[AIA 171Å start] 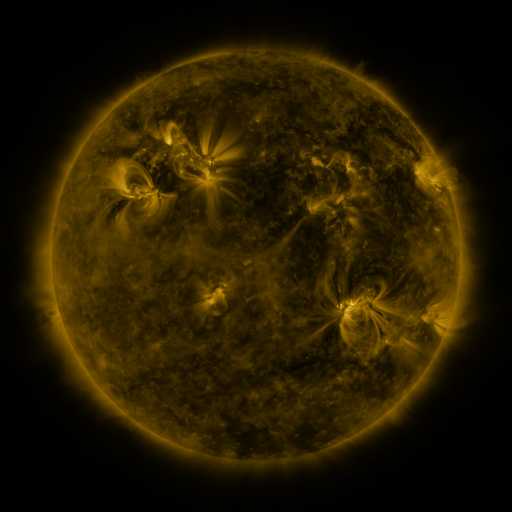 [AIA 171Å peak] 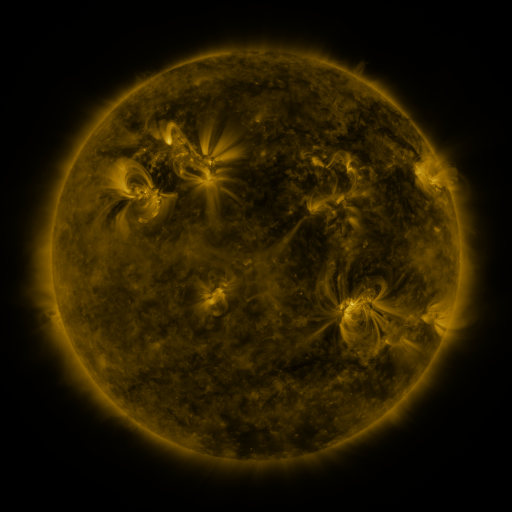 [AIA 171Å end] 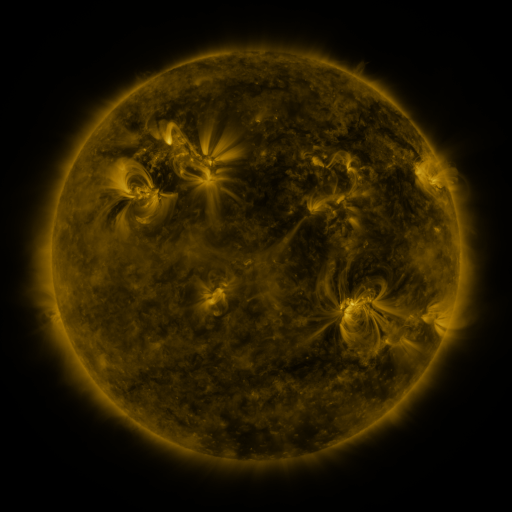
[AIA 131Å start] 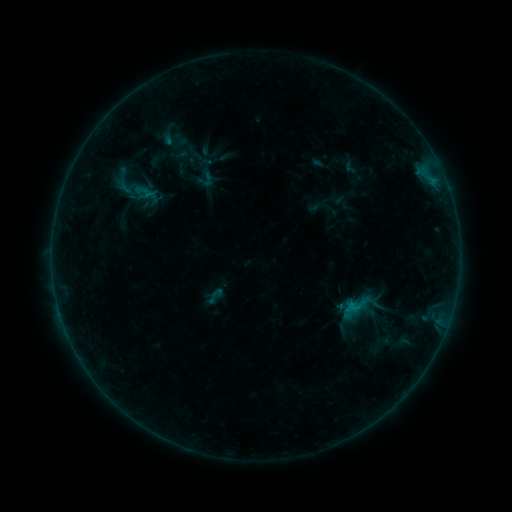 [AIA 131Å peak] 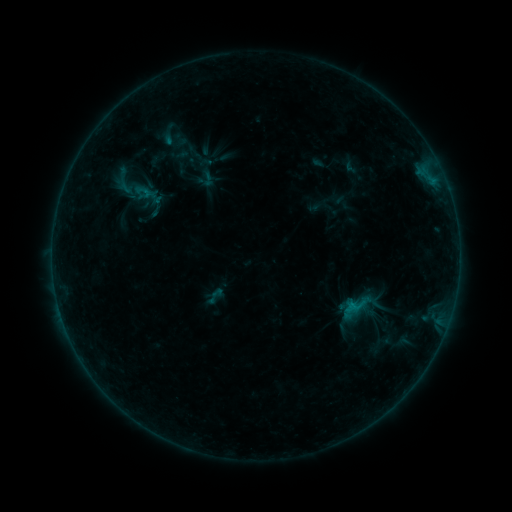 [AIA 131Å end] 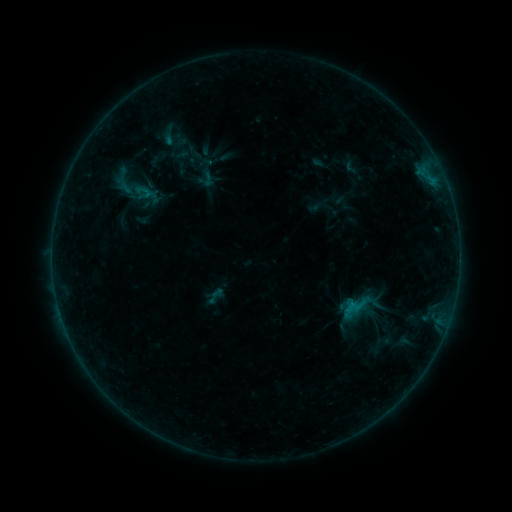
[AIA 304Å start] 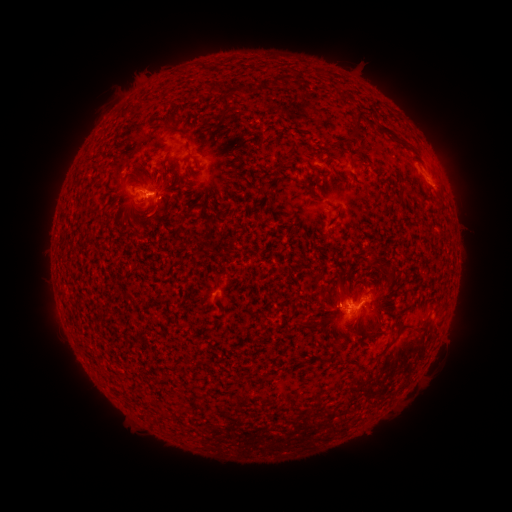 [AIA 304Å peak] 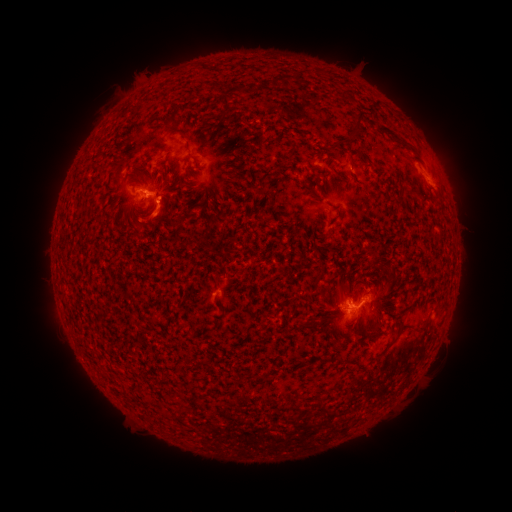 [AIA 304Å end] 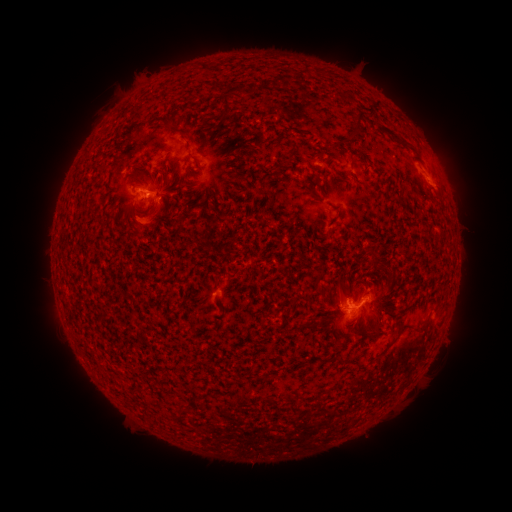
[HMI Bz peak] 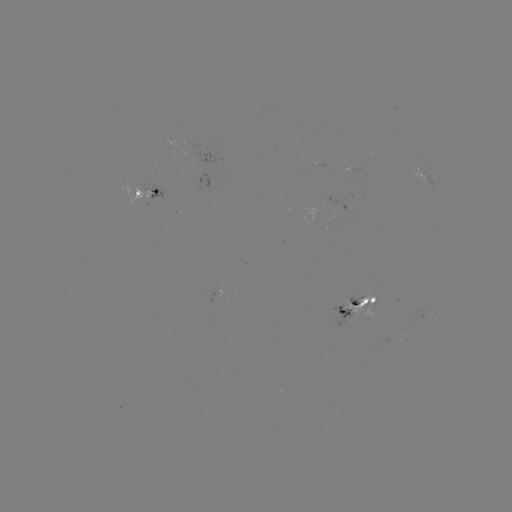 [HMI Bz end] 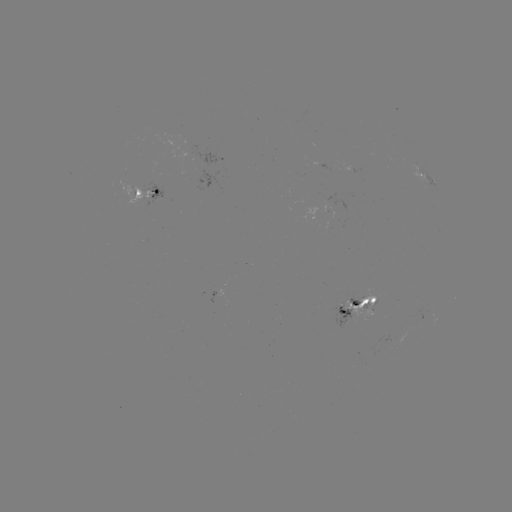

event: eruption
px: (146, 223)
